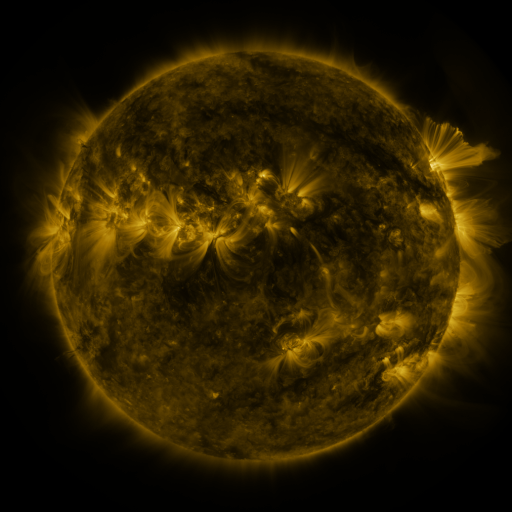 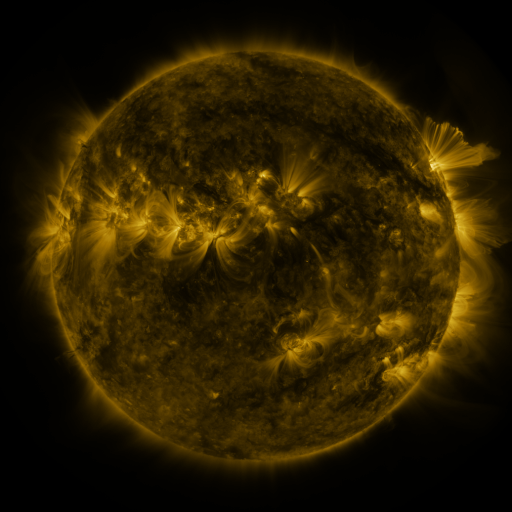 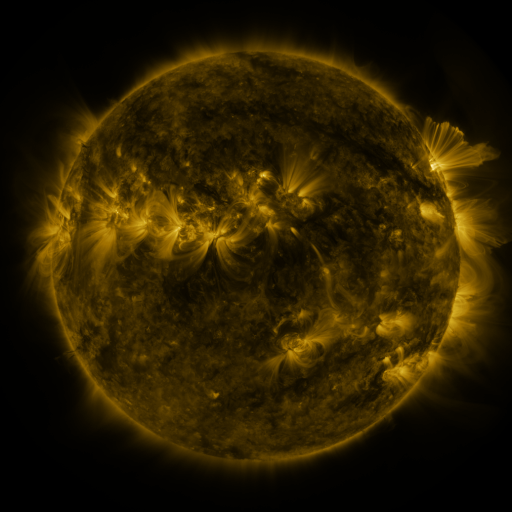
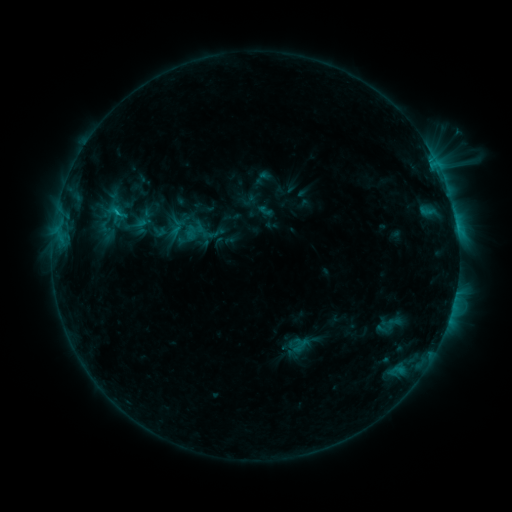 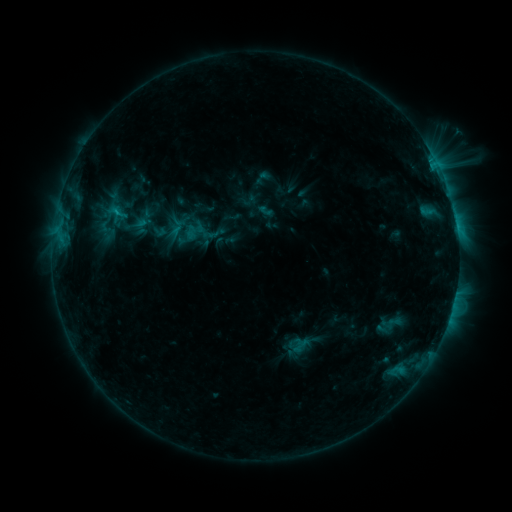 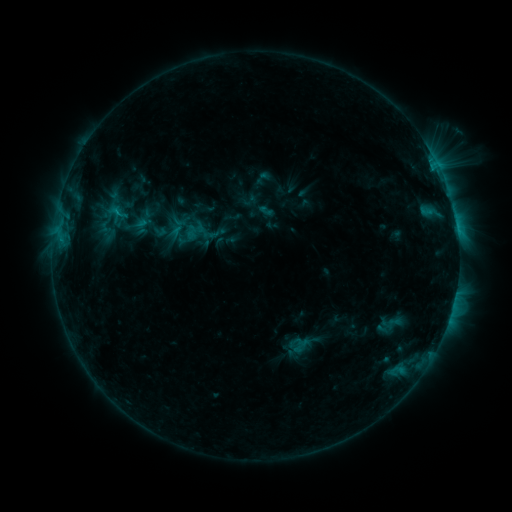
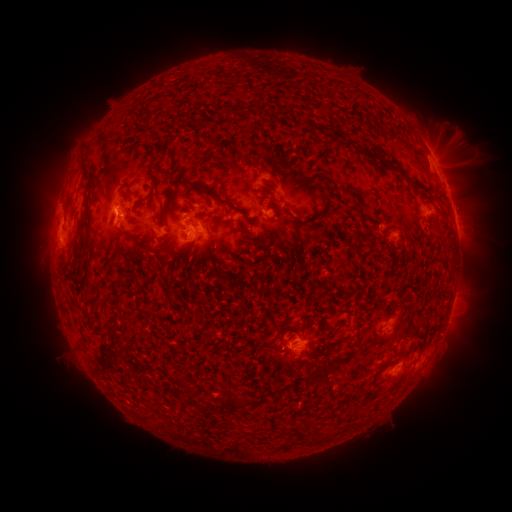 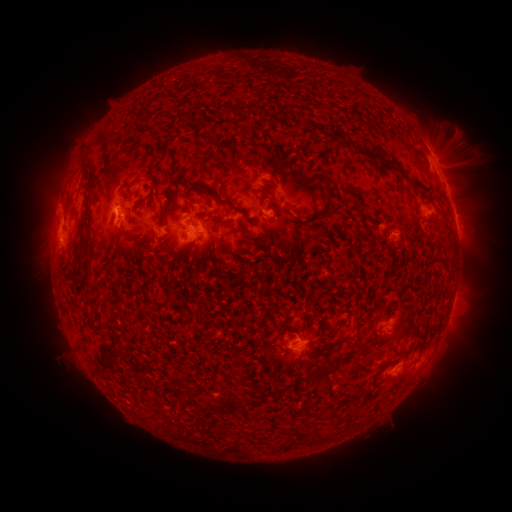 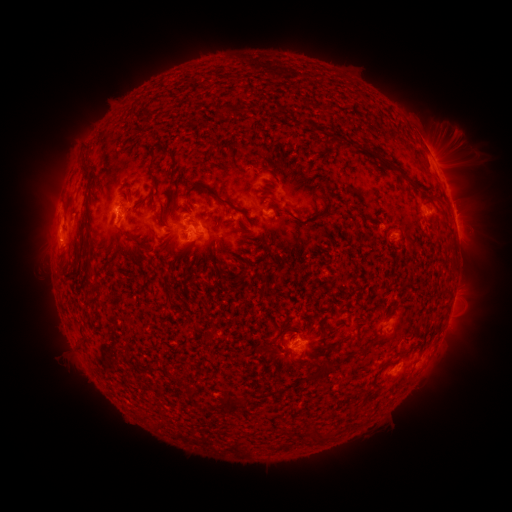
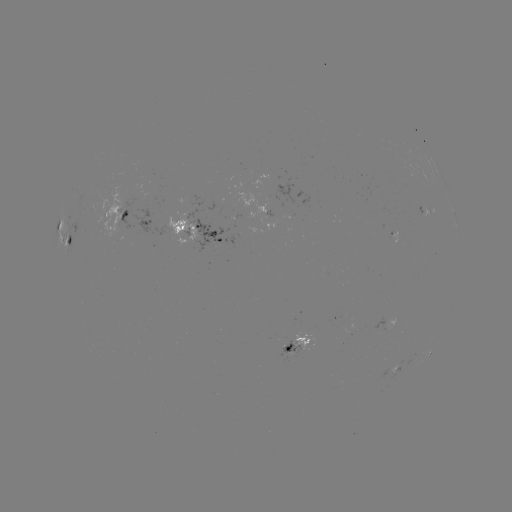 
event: eruption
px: (48, 204)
